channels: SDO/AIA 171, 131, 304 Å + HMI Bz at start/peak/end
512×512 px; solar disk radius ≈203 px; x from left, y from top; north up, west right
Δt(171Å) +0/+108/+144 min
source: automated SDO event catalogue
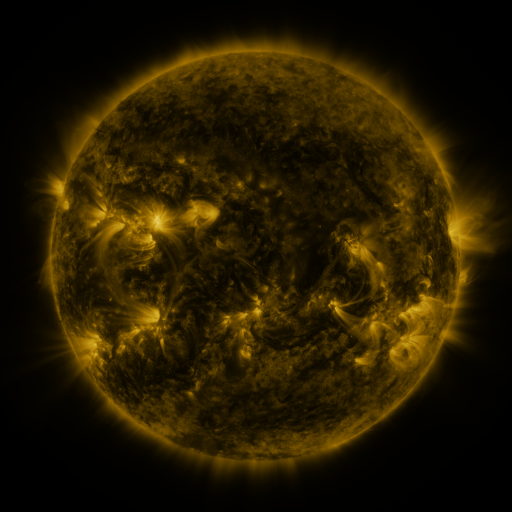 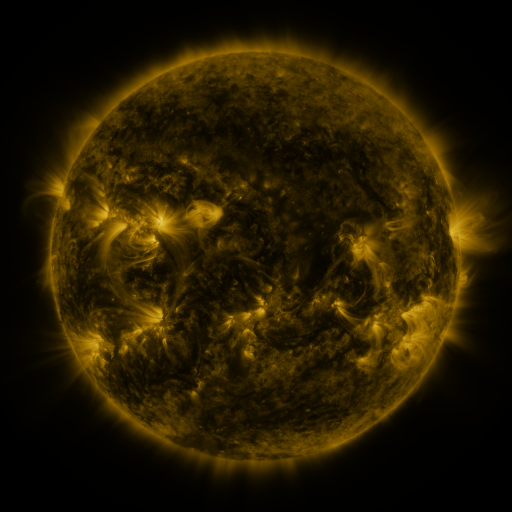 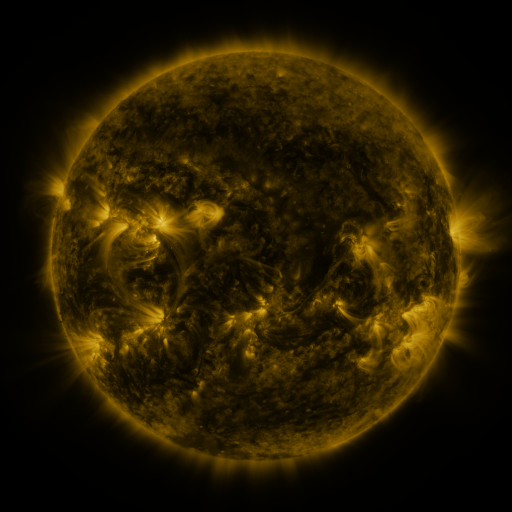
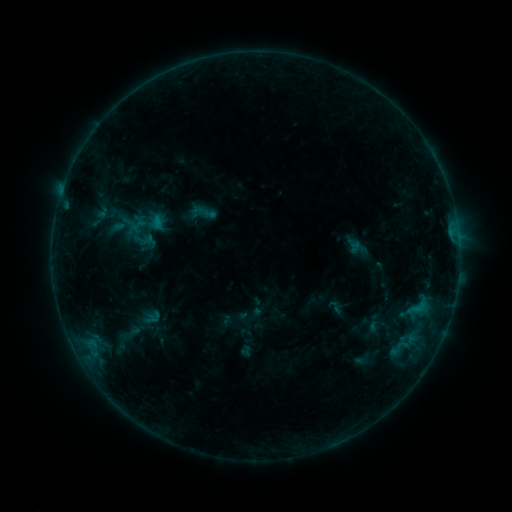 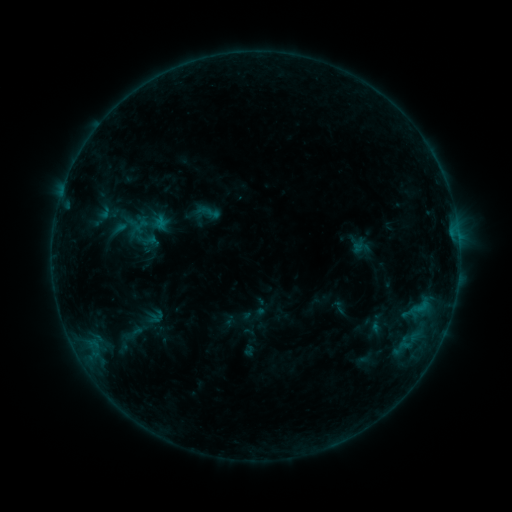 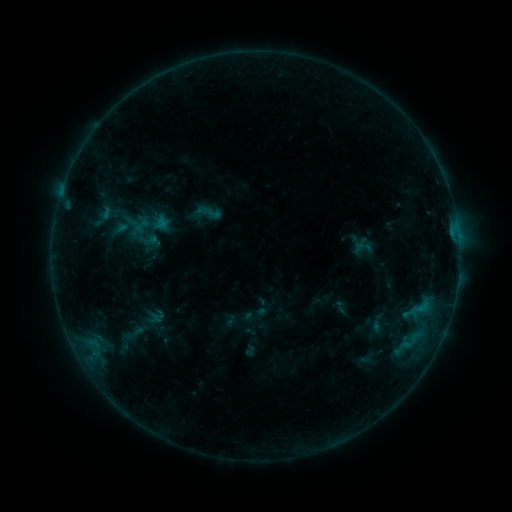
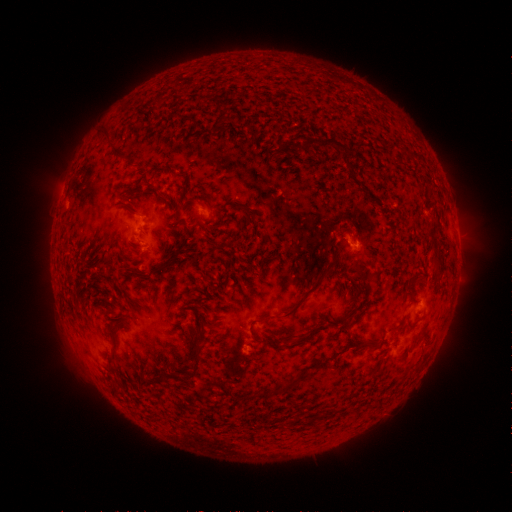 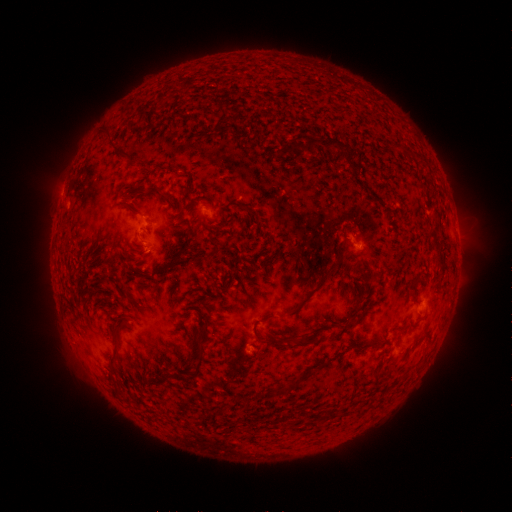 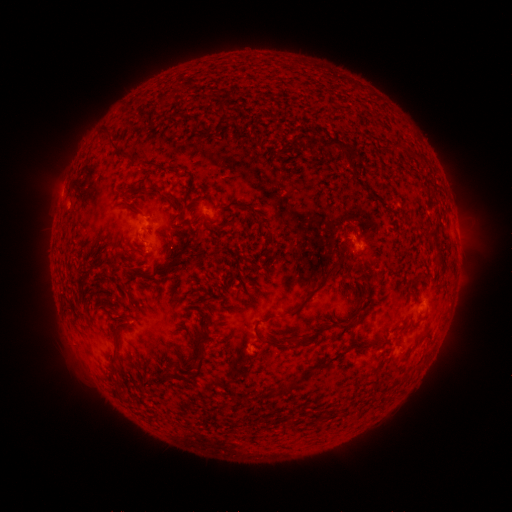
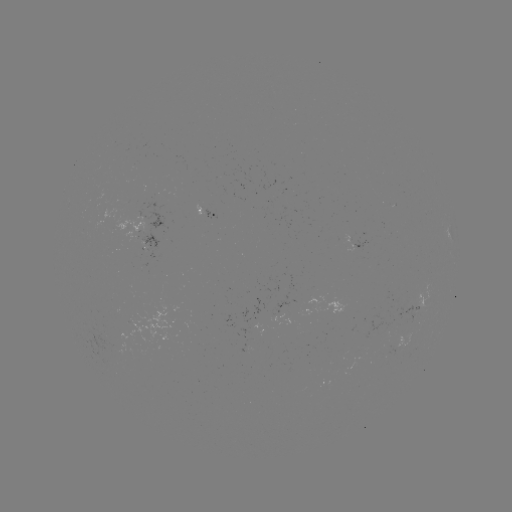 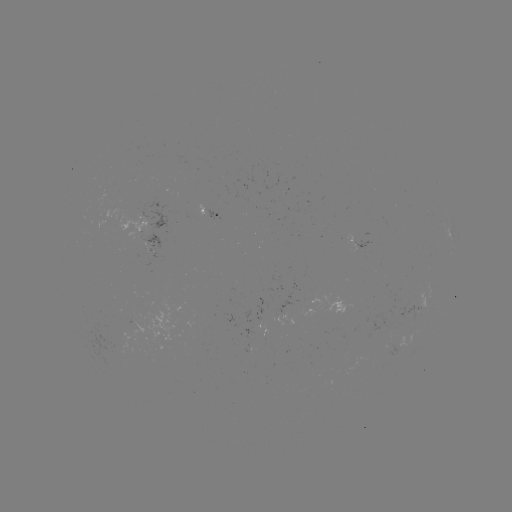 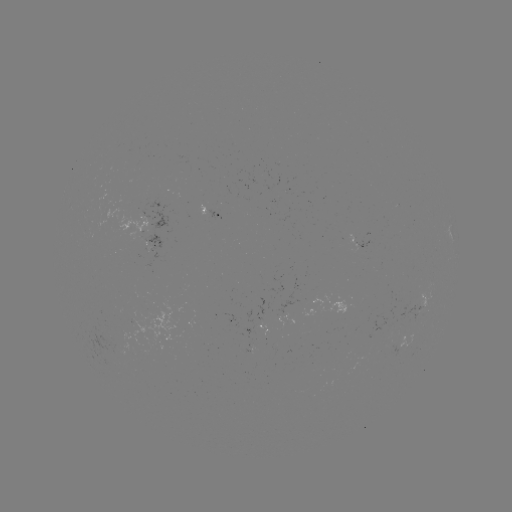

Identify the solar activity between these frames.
emerging-flux region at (114, 345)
